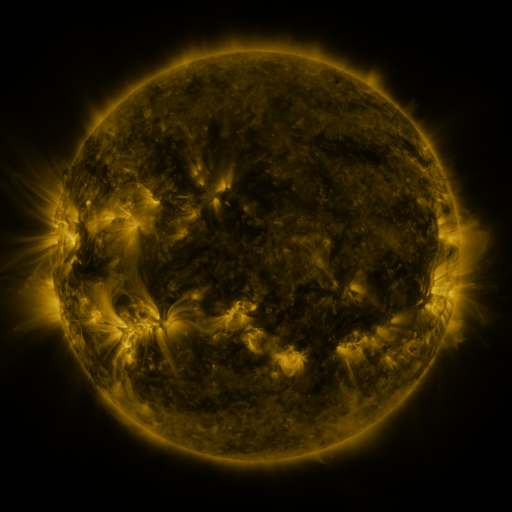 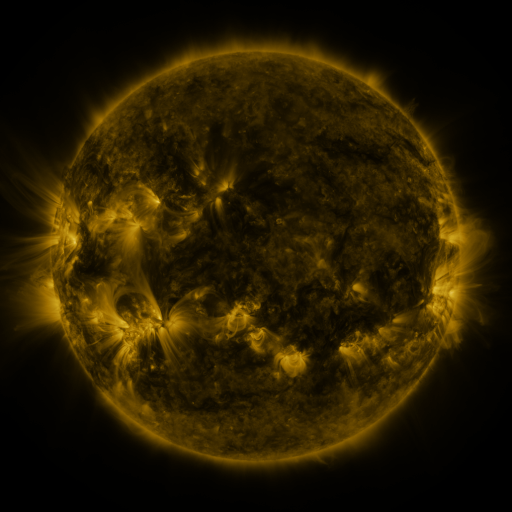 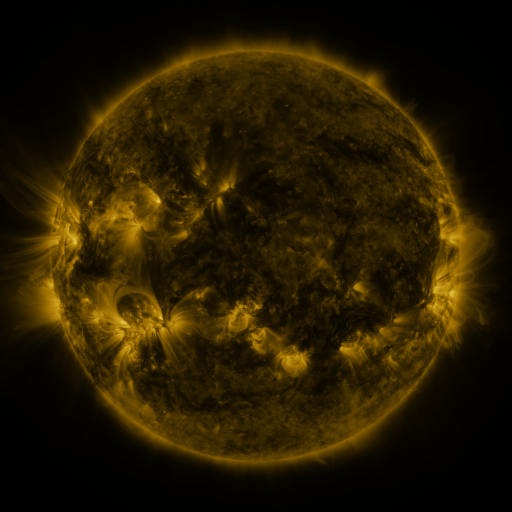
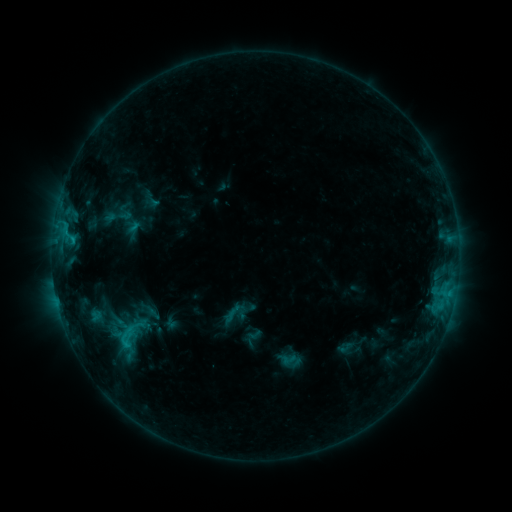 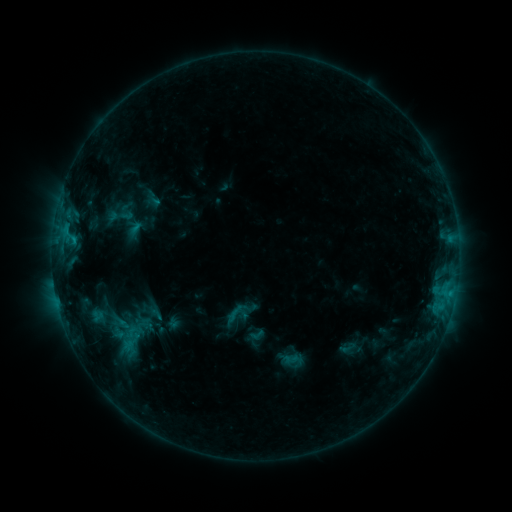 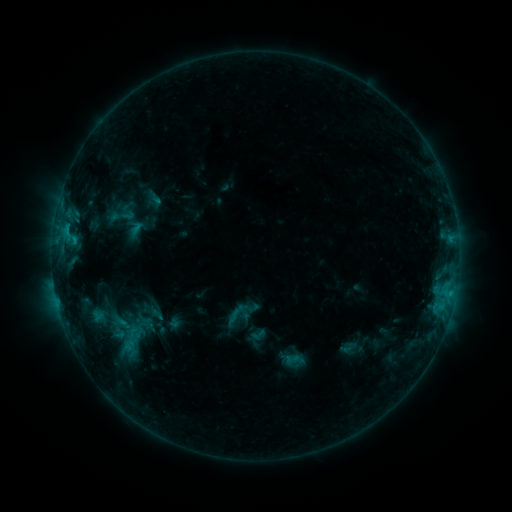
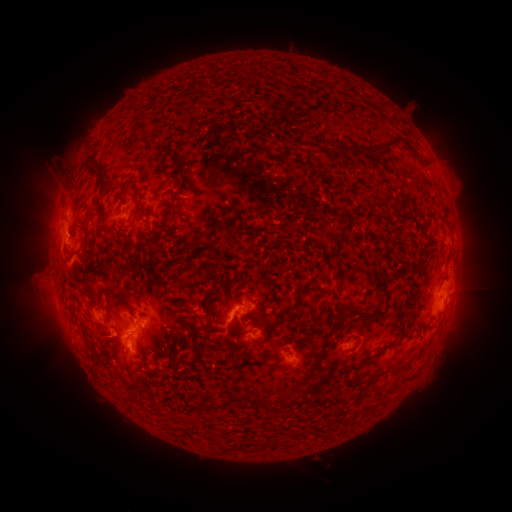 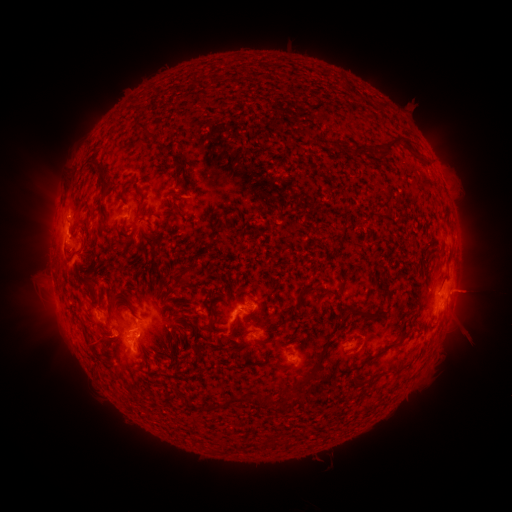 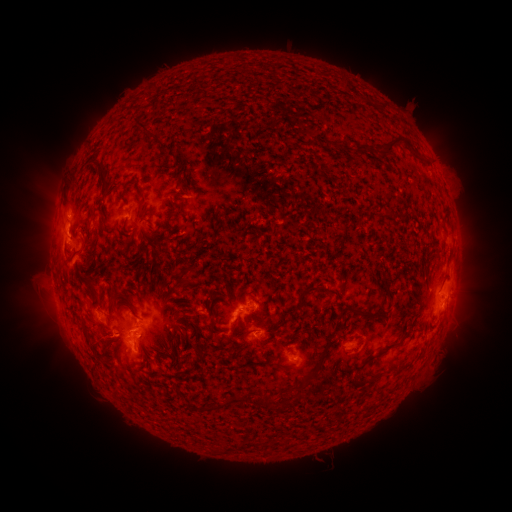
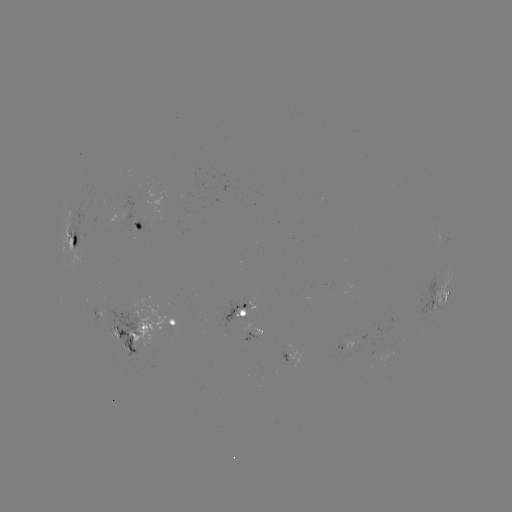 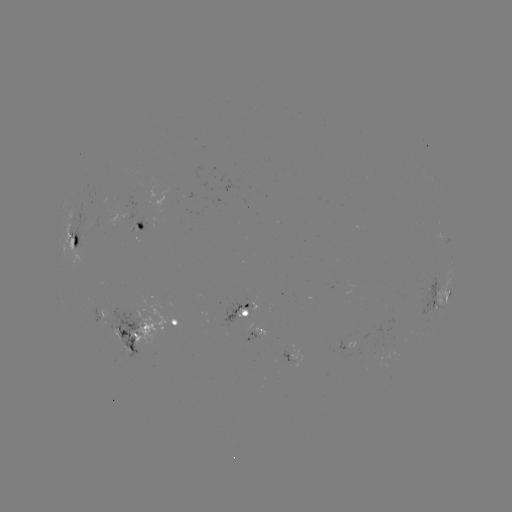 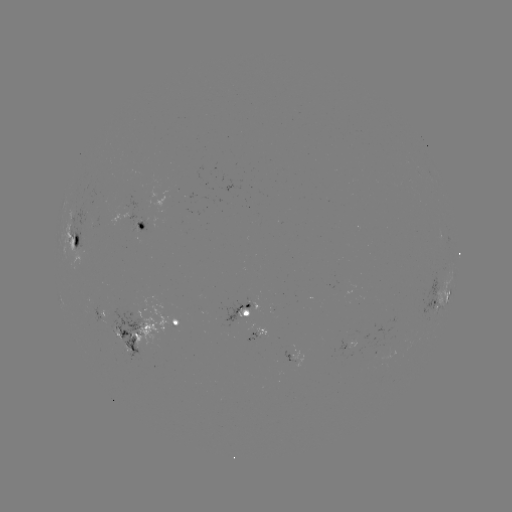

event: emerging-flux region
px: (111, 330)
